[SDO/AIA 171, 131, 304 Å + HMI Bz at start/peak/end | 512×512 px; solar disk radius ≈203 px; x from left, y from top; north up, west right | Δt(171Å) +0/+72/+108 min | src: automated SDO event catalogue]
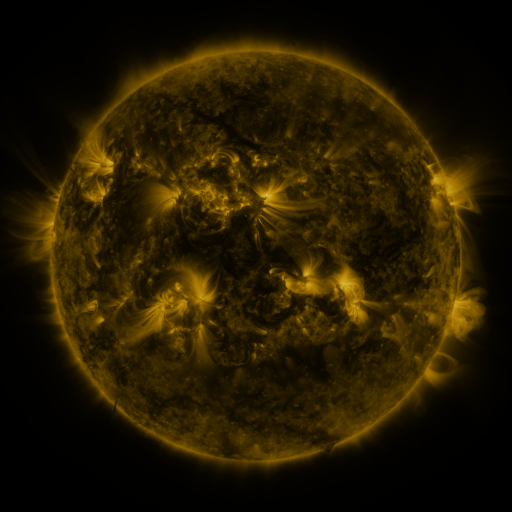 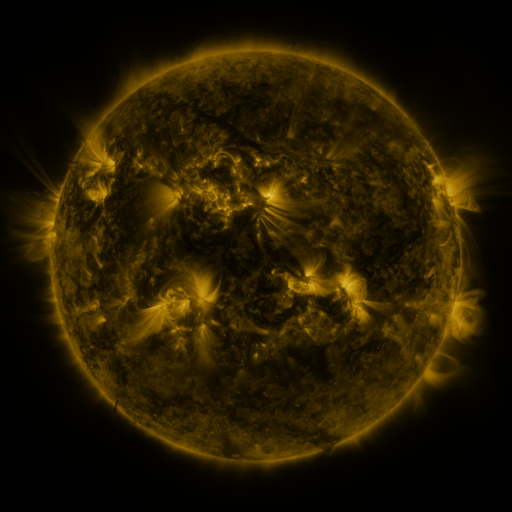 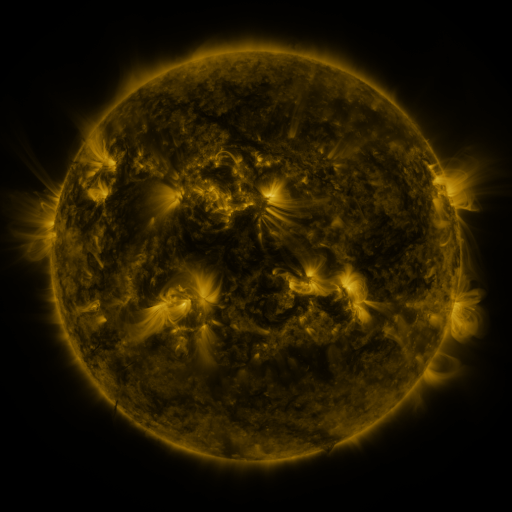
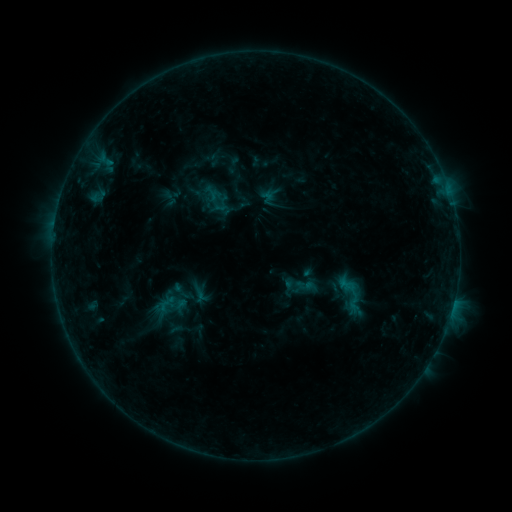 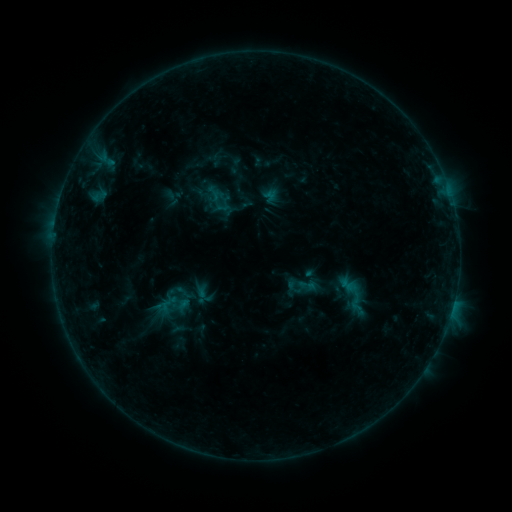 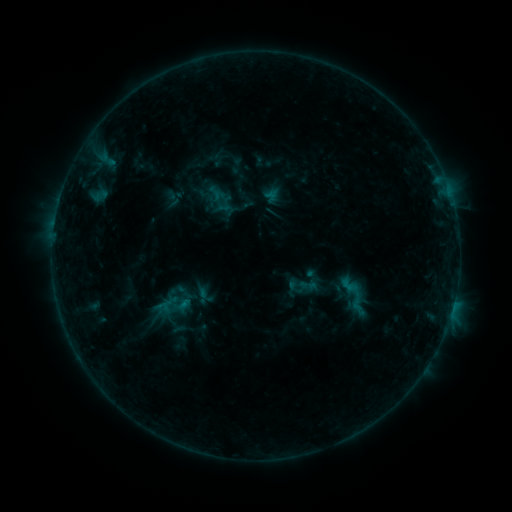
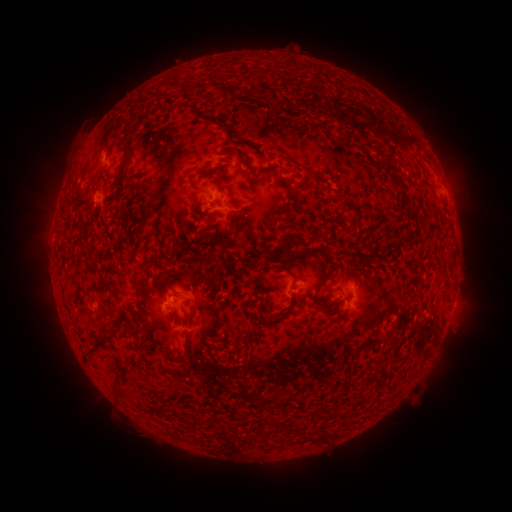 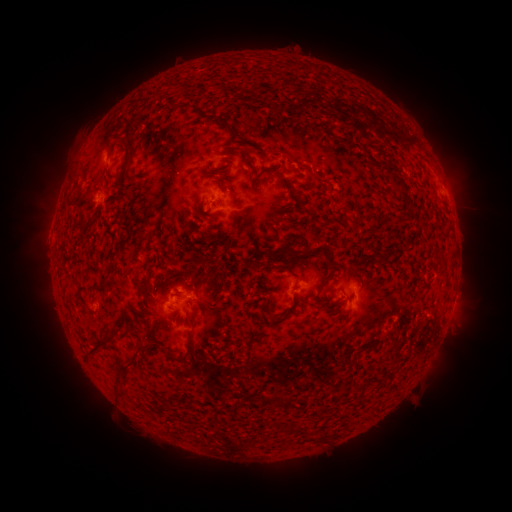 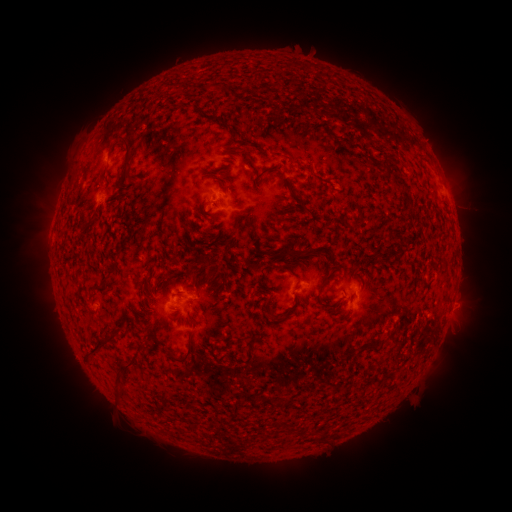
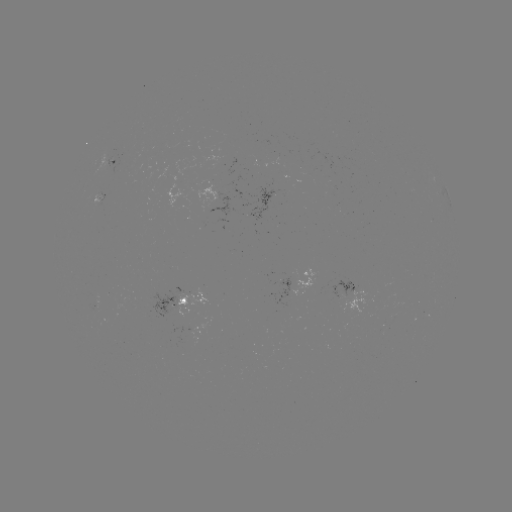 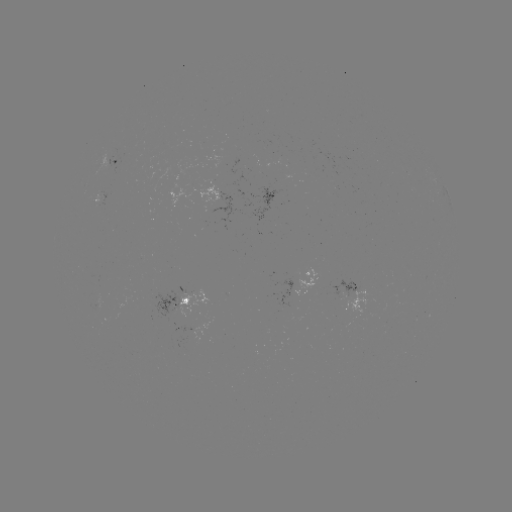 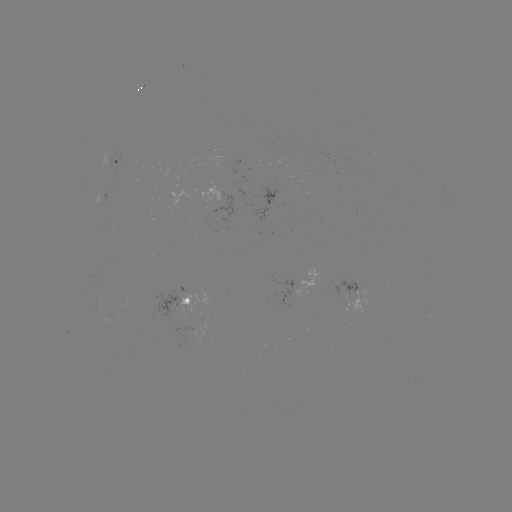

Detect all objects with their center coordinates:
emerging-flux region: (292, 281)
